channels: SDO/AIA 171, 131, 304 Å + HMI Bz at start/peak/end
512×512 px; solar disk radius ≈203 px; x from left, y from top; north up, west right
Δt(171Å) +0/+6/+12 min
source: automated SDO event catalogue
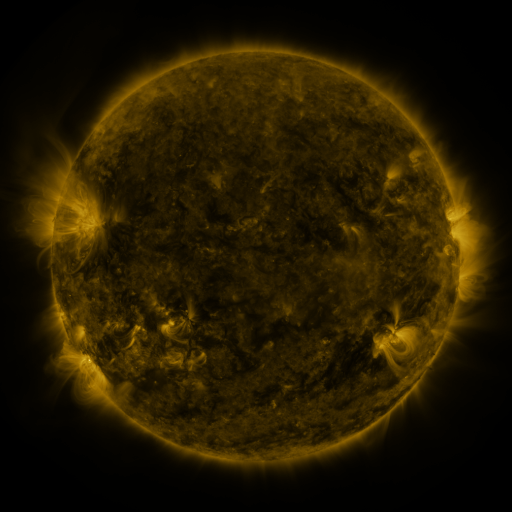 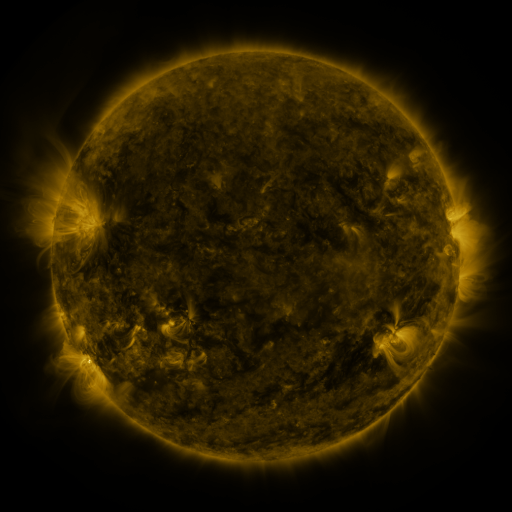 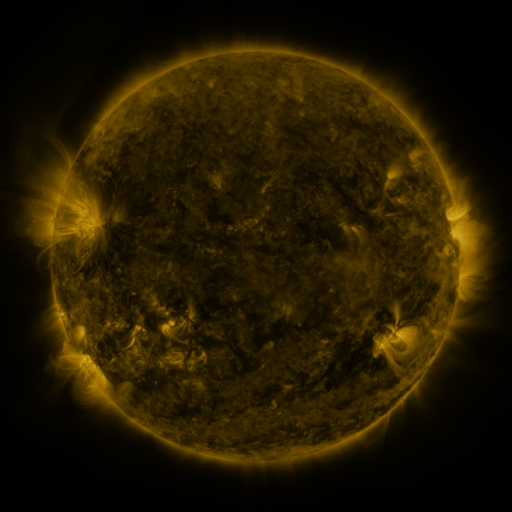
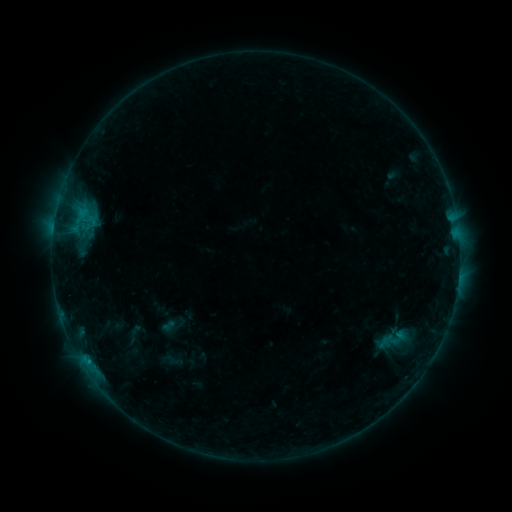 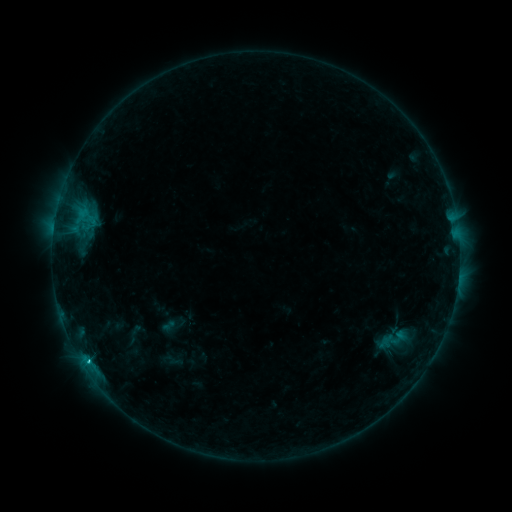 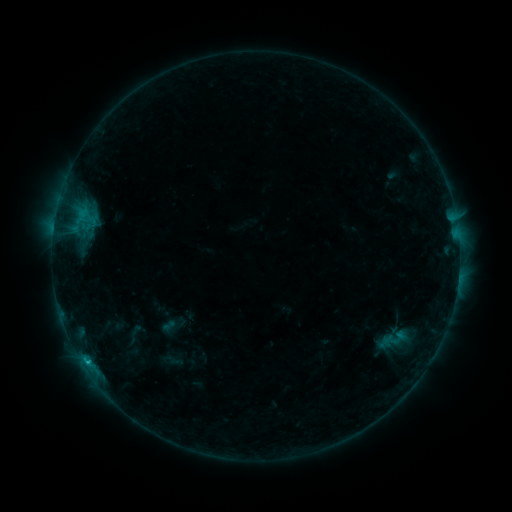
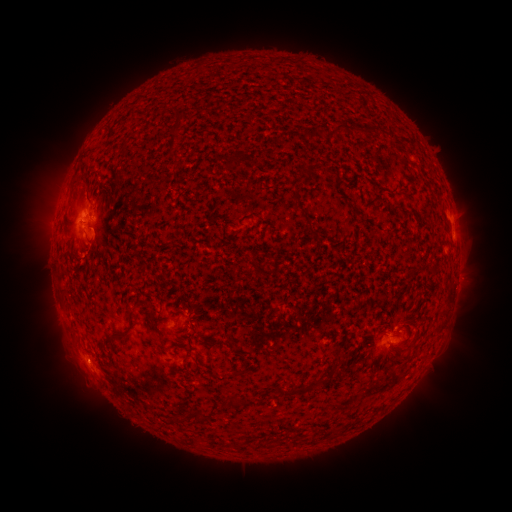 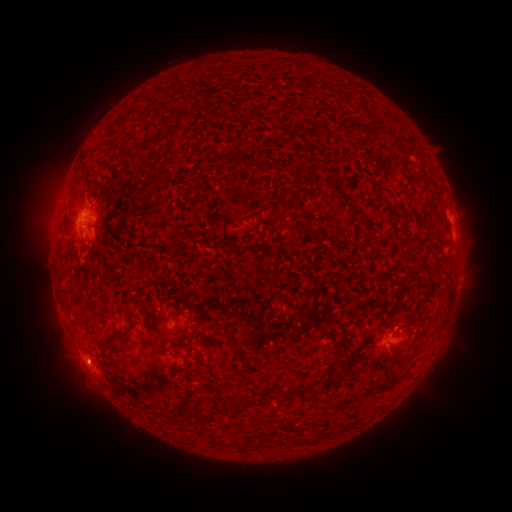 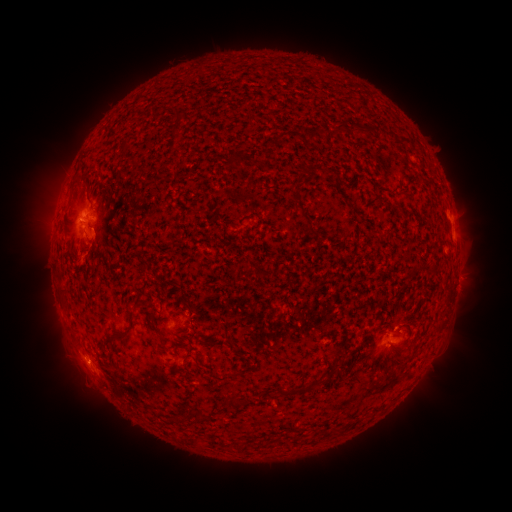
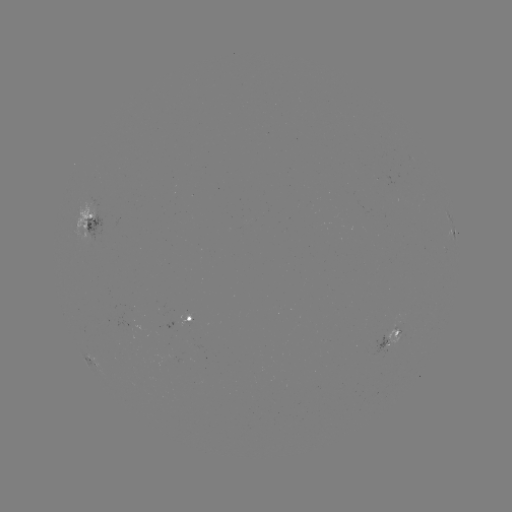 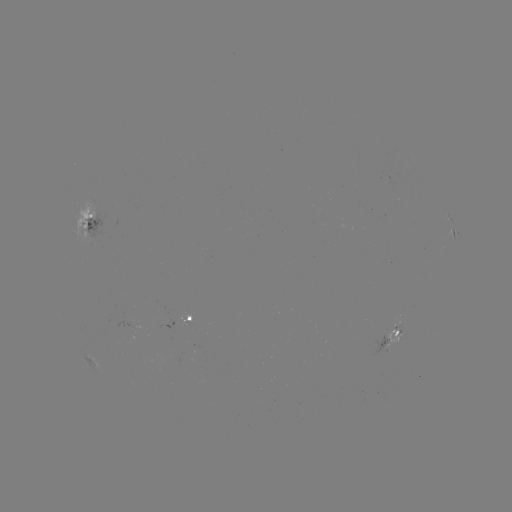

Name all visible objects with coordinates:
C1.2 flare: (88, 362)
